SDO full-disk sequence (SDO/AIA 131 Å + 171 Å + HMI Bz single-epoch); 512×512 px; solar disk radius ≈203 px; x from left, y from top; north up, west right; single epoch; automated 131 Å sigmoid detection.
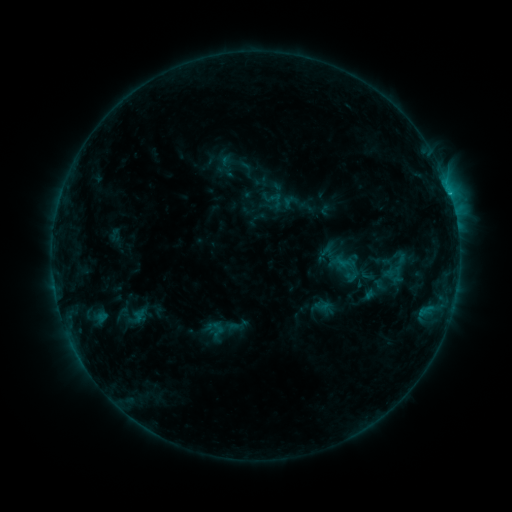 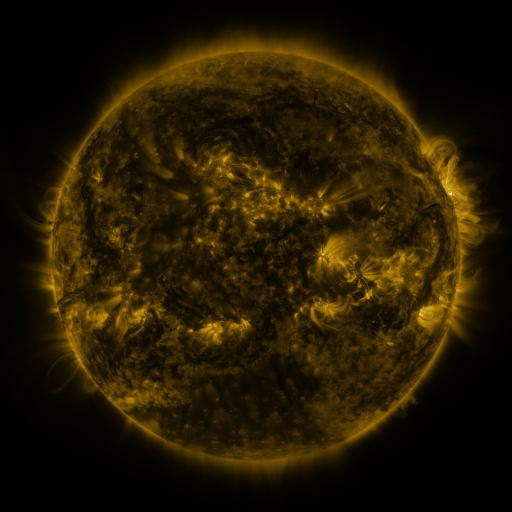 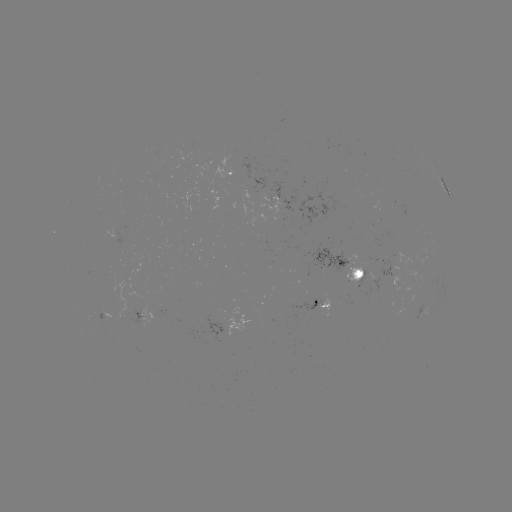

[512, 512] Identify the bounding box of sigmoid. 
[259, 186, 287, 214].